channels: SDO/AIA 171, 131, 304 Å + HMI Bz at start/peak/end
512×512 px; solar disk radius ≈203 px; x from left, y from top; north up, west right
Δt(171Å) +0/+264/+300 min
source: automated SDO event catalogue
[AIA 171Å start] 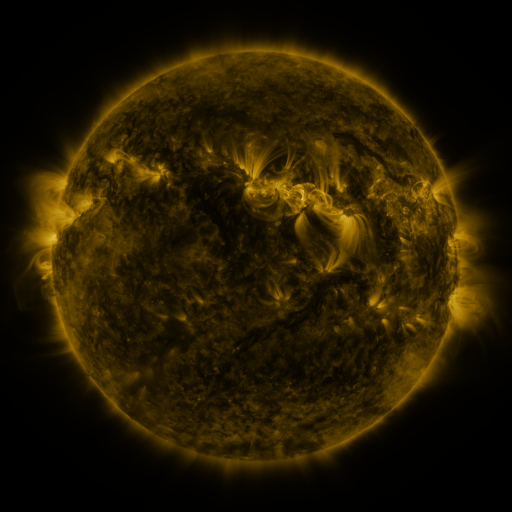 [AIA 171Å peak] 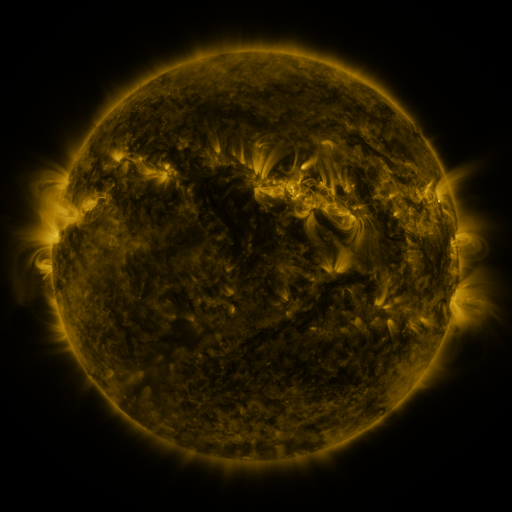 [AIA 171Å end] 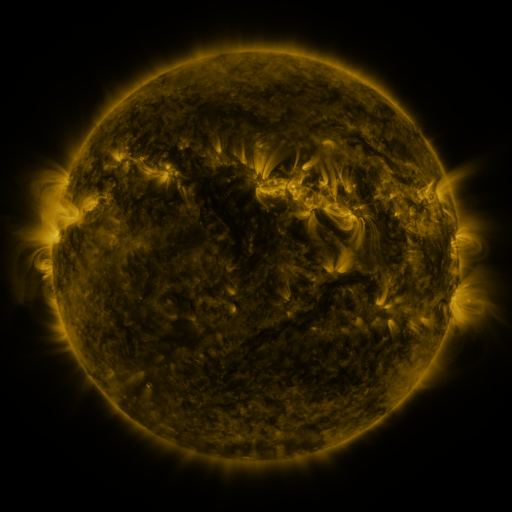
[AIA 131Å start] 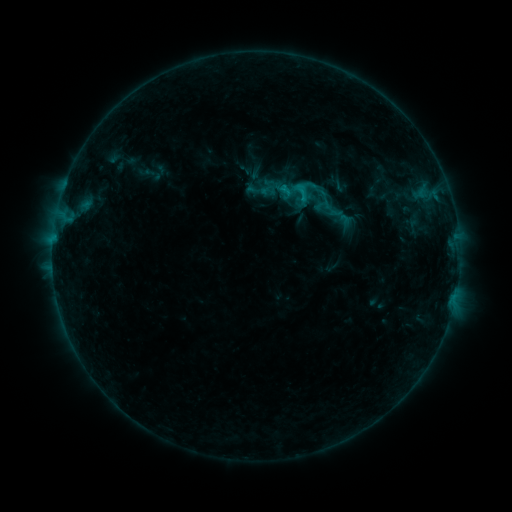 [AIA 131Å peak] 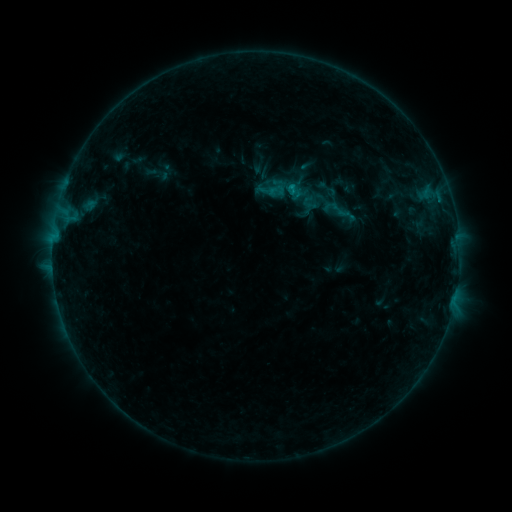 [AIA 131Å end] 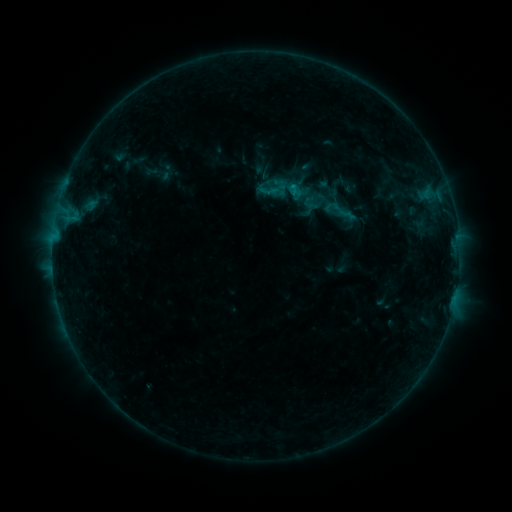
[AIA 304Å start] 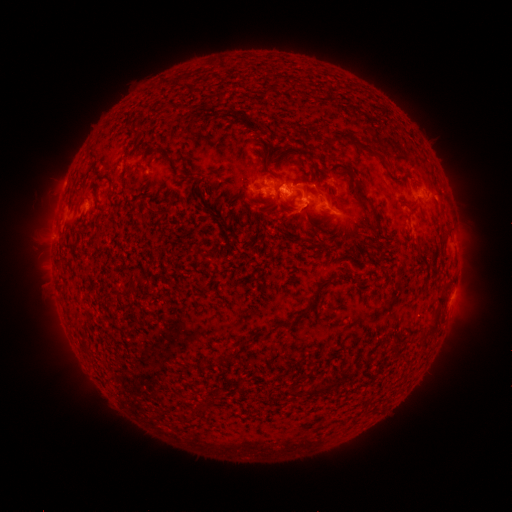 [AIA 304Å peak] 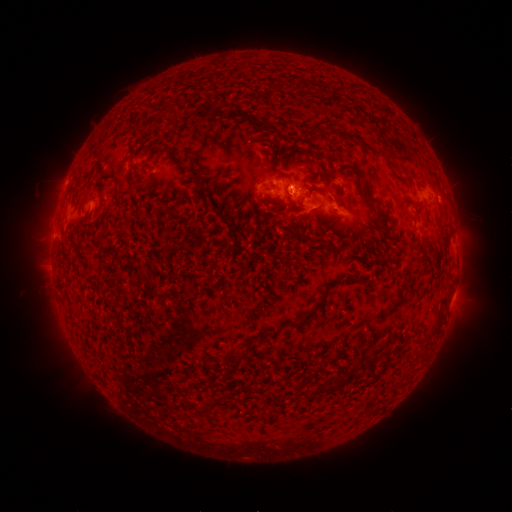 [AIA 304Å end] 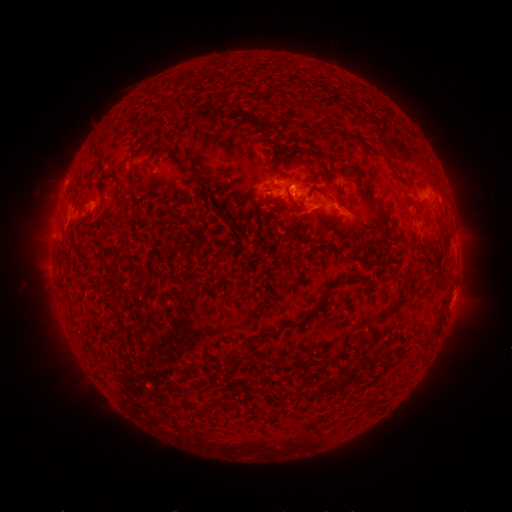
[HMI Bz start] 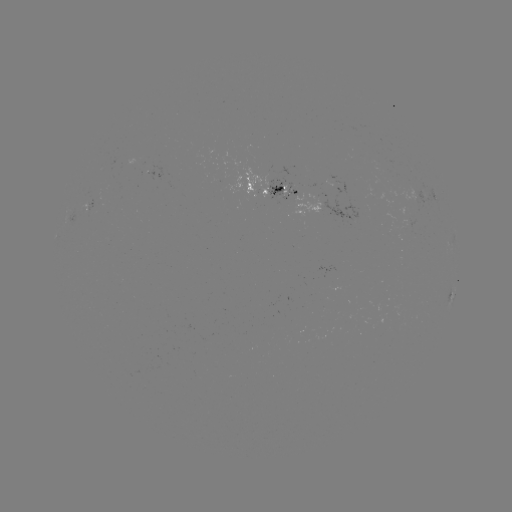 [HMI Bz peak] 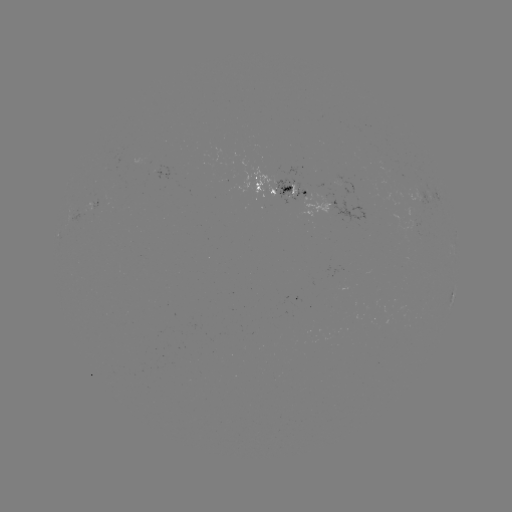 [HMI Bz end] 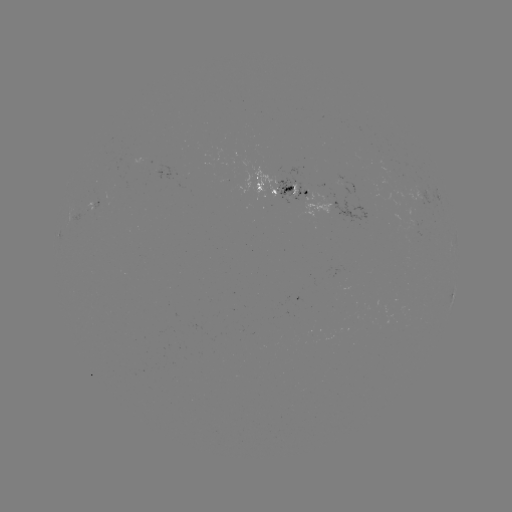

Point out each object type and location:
emerging-flux region: (303, 192)
